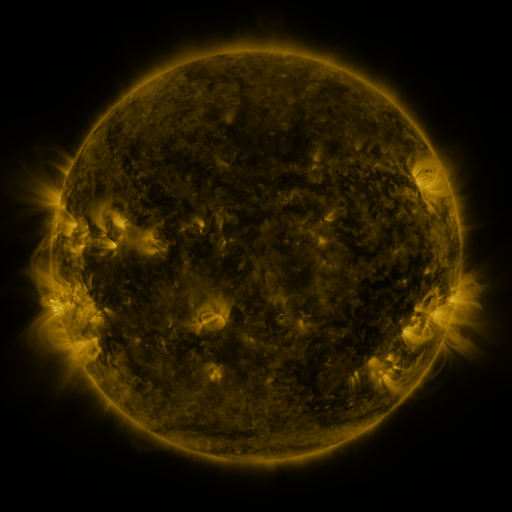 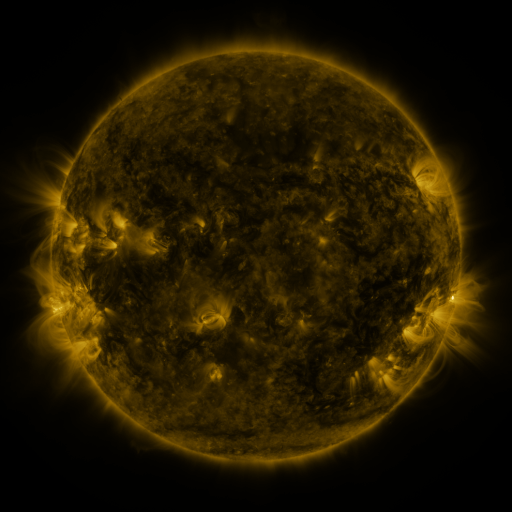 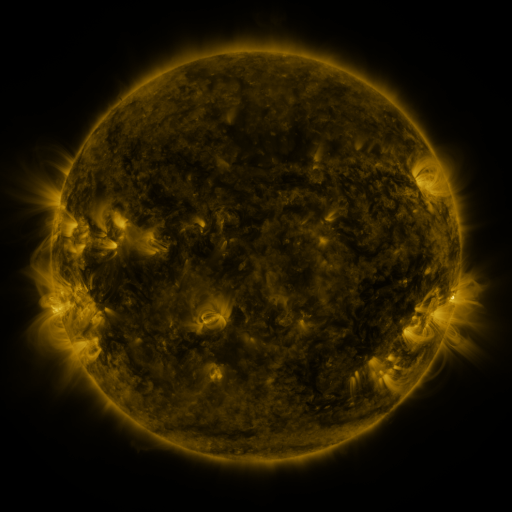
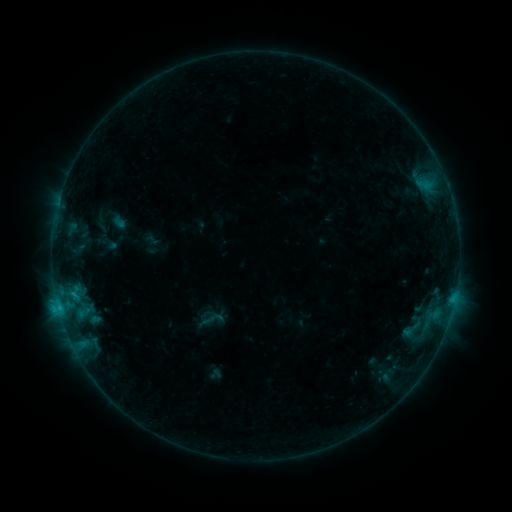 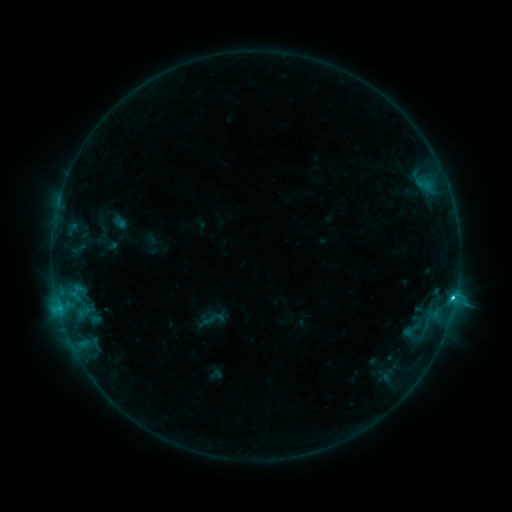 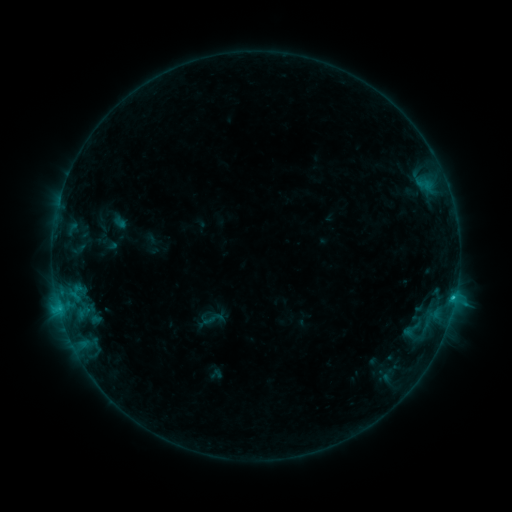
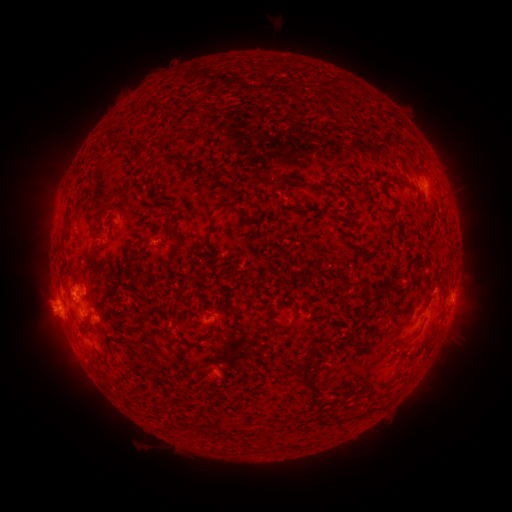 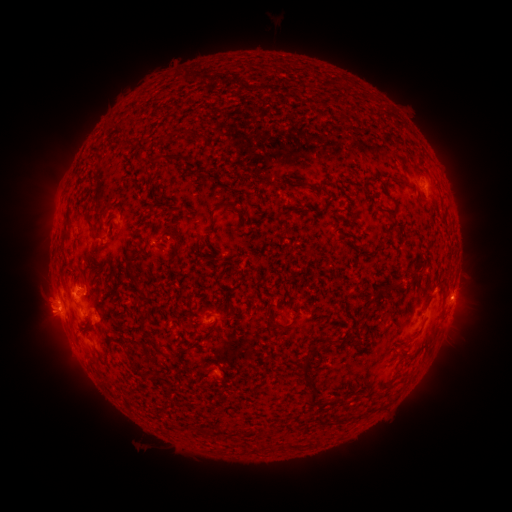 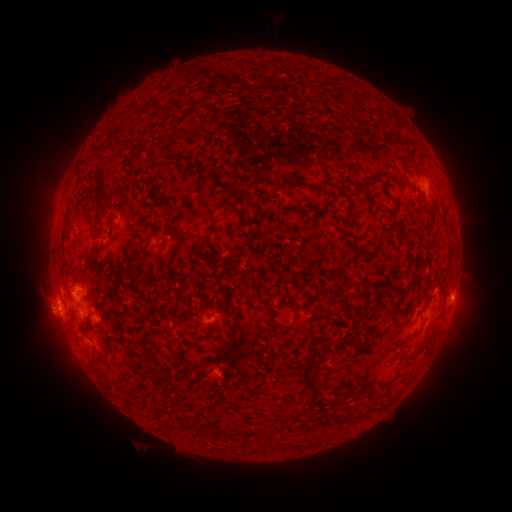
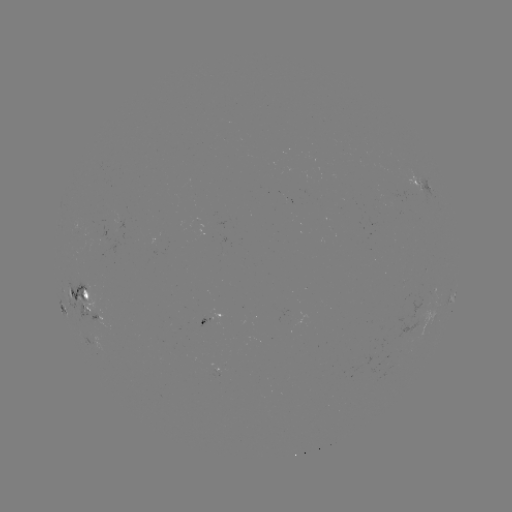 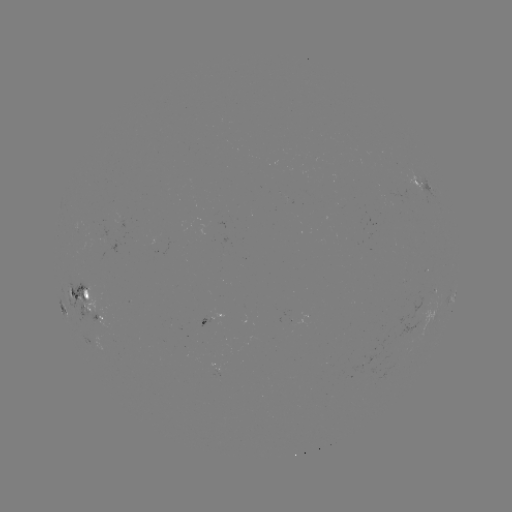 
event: flare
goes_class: C1.7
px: (453, 296)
